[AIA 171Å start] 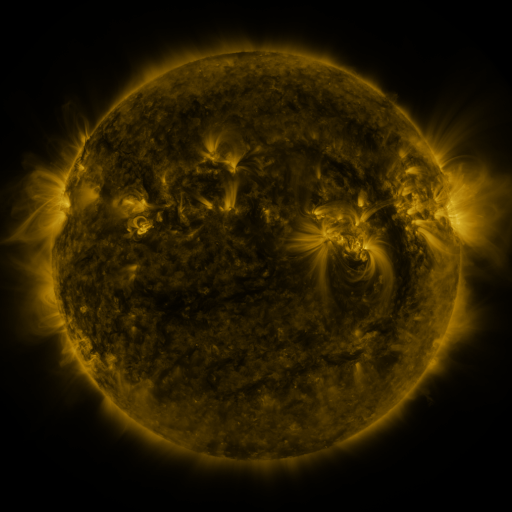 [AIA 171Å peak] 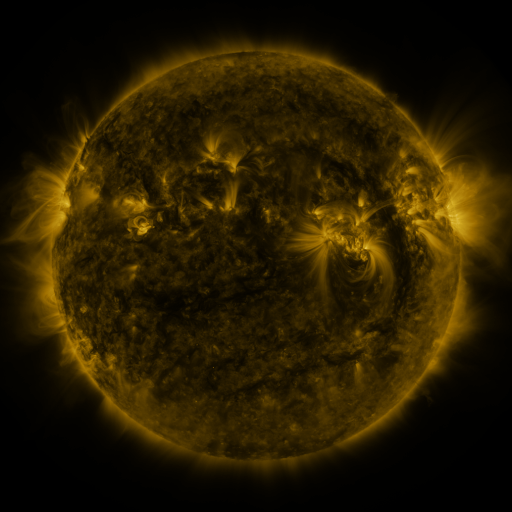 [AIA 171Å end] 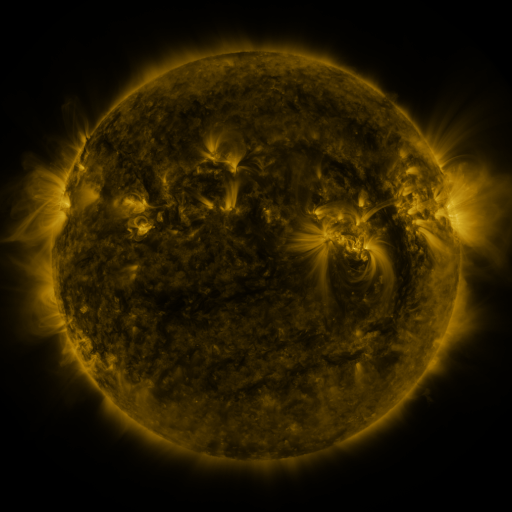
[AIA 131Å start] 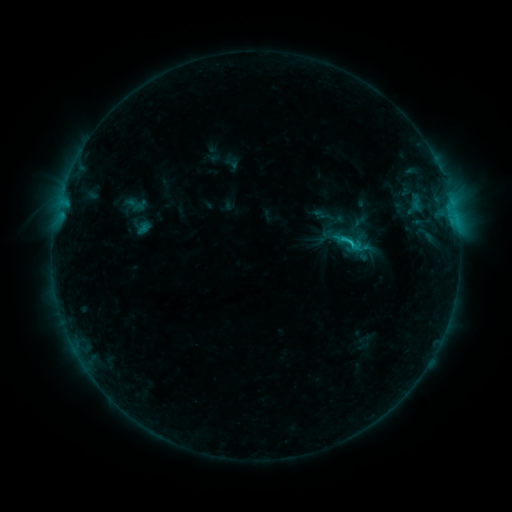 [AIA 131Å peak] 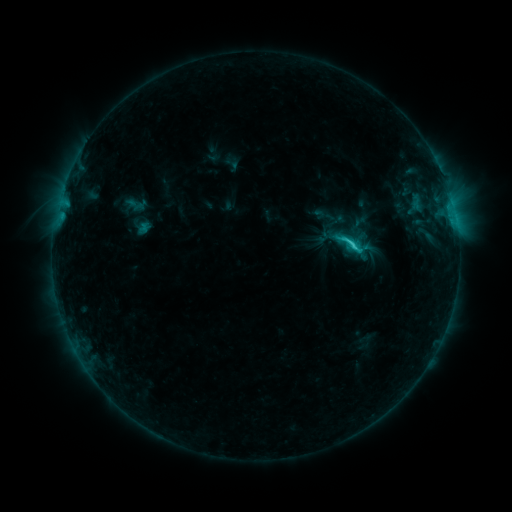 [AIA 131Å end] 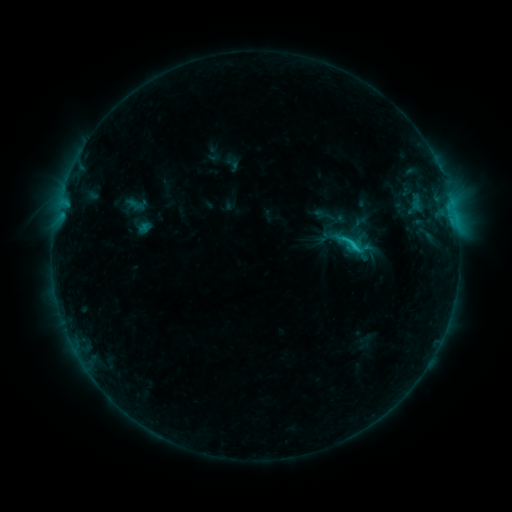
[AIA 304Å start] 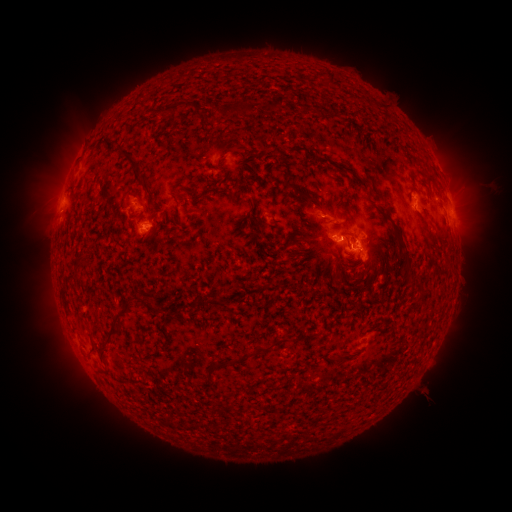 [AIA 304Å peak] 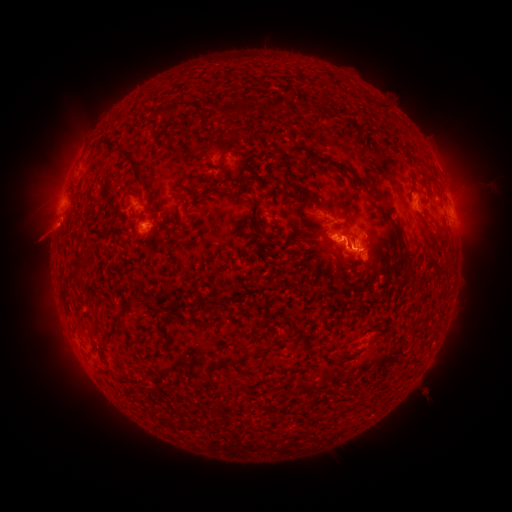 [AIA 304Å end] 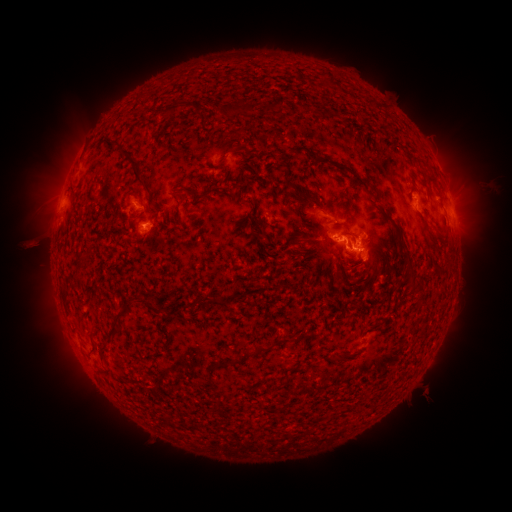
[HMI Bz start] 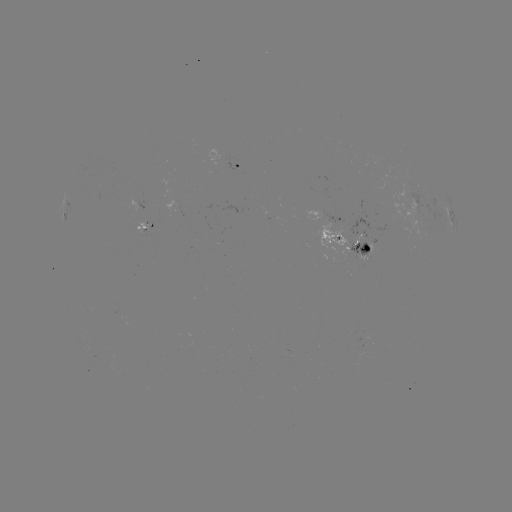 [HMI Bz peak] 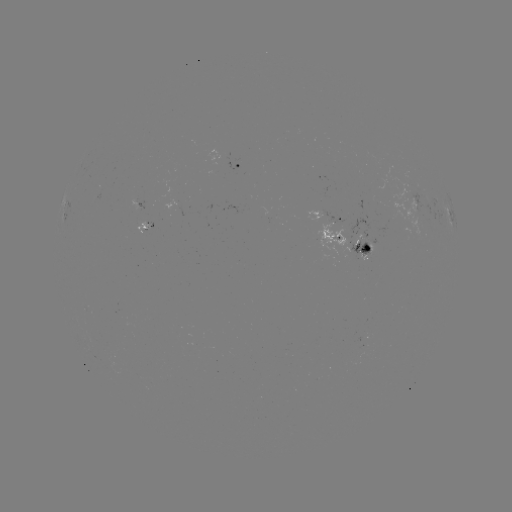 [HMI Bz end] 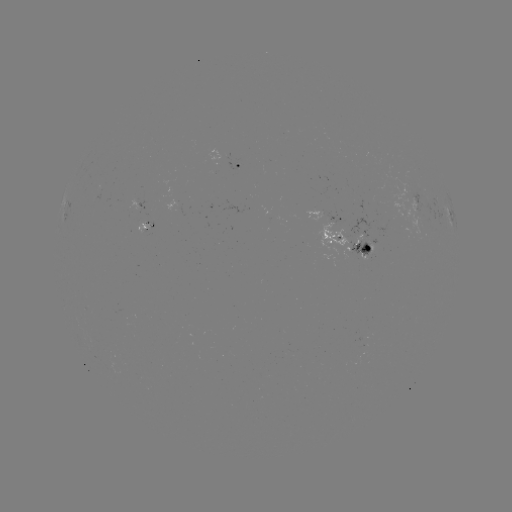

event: eruption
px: (46, 232)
